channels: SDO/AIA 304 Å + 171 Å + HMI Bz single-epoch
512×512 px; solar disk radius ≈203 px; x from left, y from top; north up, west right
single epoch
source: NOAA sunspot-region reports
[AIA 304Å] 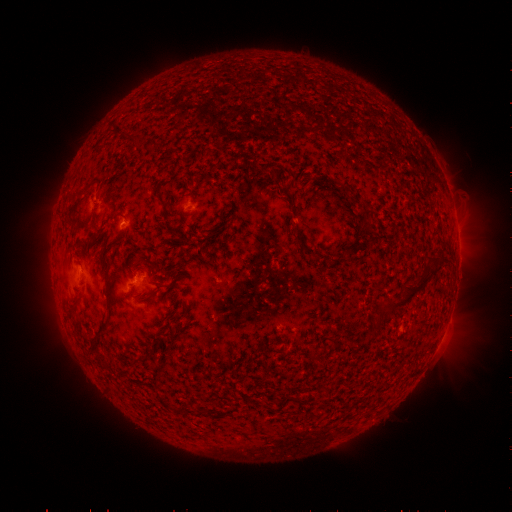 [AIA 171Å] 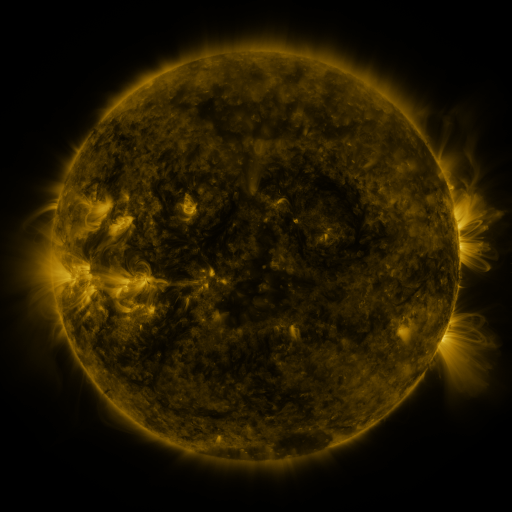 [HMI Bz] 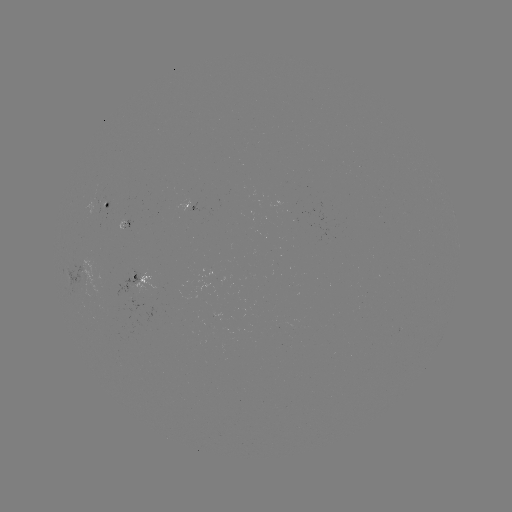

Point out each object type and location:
spotted active region: (110, 205)
spotted active region: (131, 222)
spotted active region: (143, 281)
